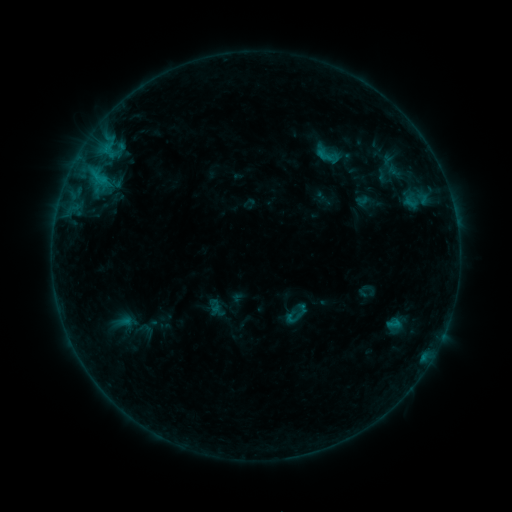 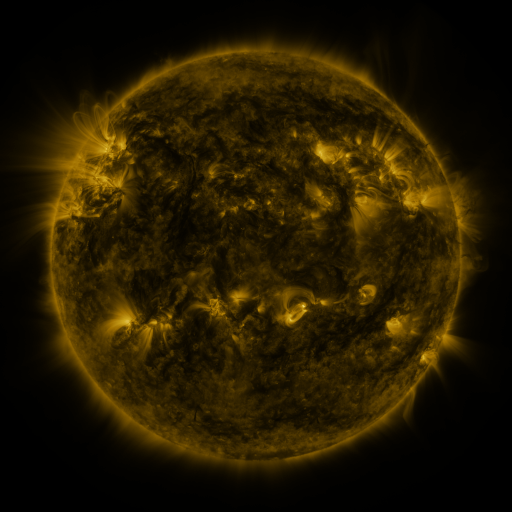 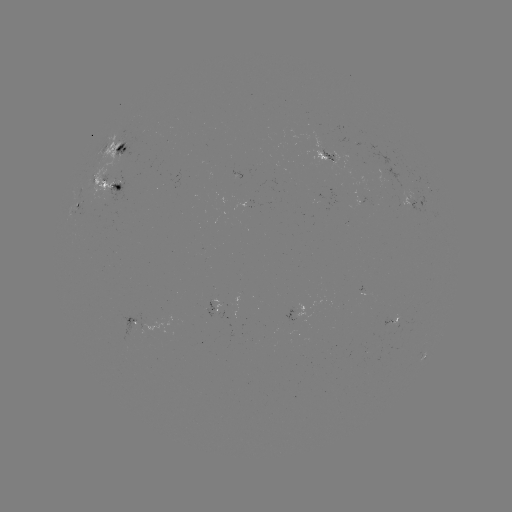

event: sigmoid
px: (328, 154)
